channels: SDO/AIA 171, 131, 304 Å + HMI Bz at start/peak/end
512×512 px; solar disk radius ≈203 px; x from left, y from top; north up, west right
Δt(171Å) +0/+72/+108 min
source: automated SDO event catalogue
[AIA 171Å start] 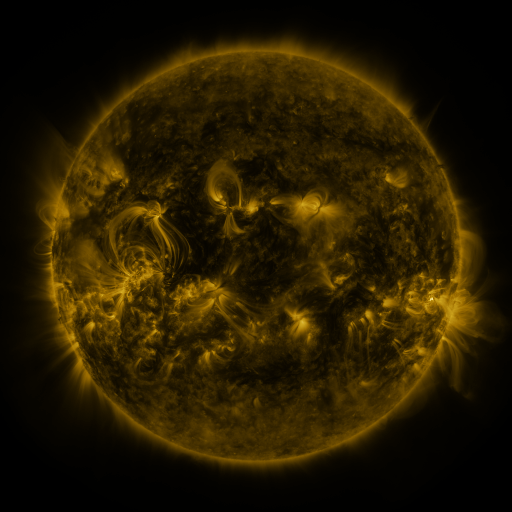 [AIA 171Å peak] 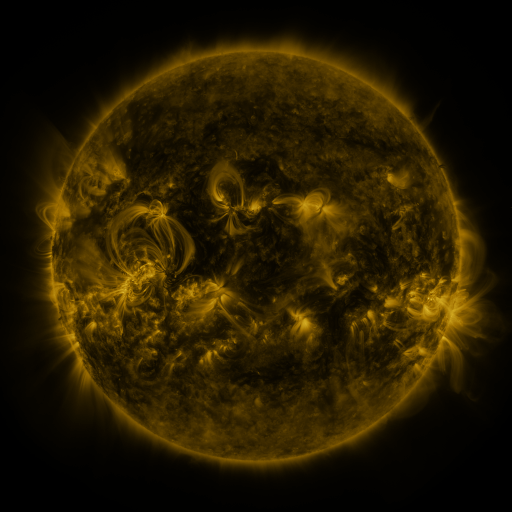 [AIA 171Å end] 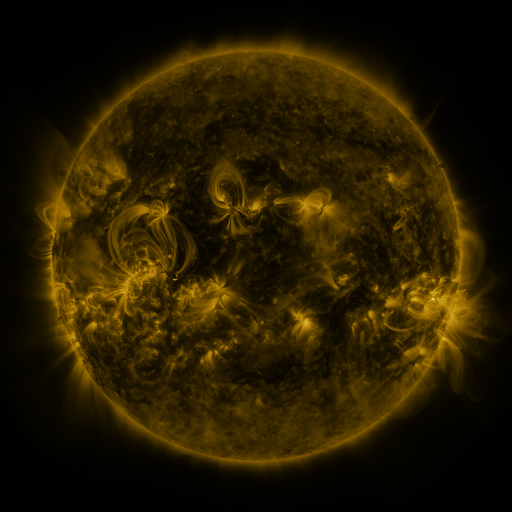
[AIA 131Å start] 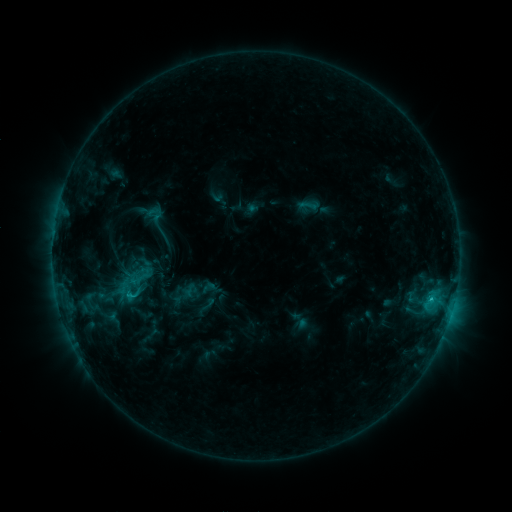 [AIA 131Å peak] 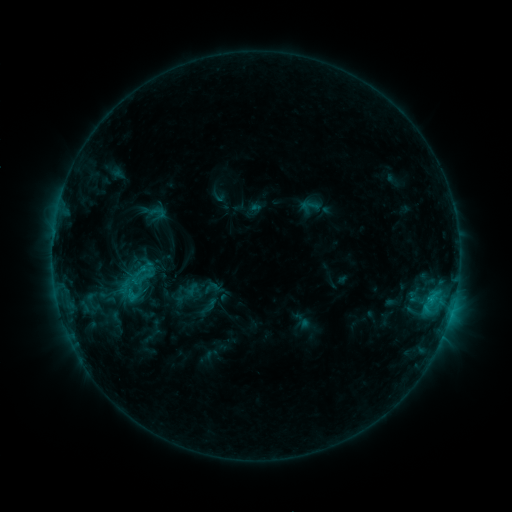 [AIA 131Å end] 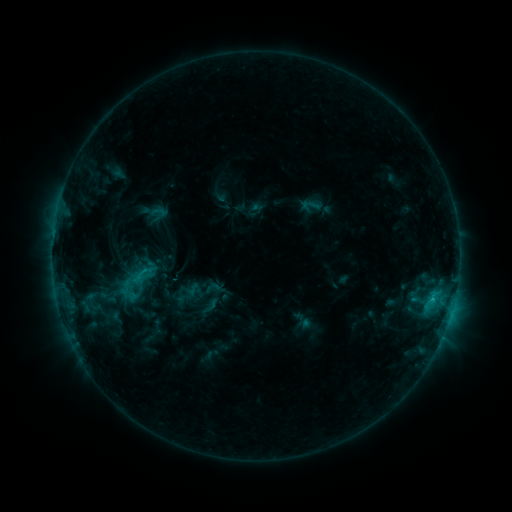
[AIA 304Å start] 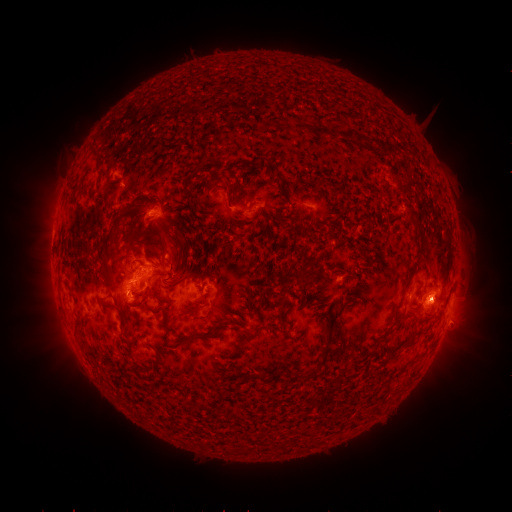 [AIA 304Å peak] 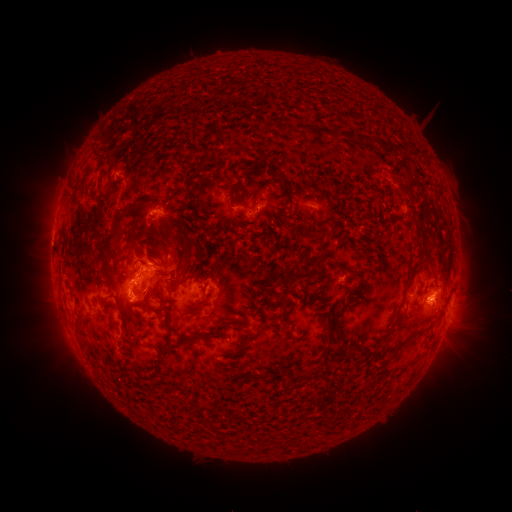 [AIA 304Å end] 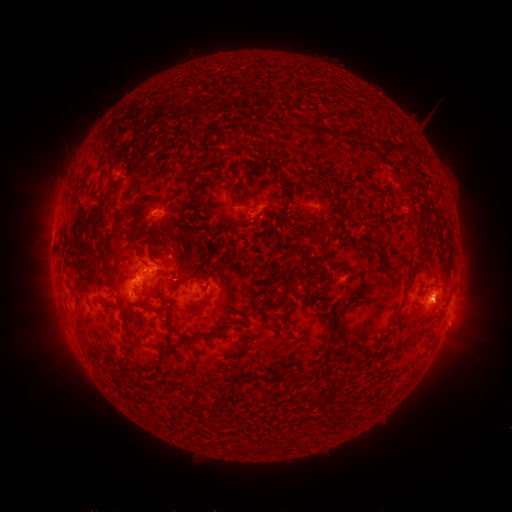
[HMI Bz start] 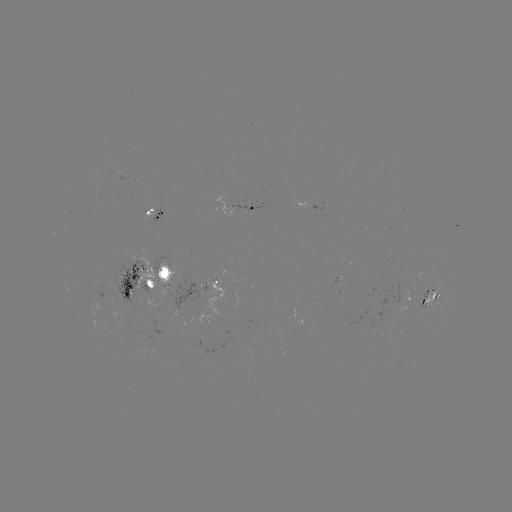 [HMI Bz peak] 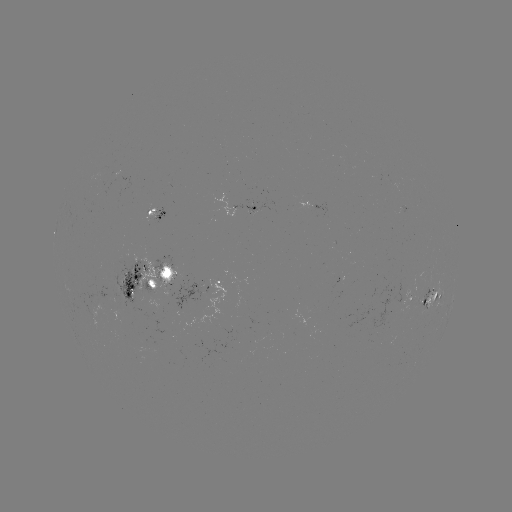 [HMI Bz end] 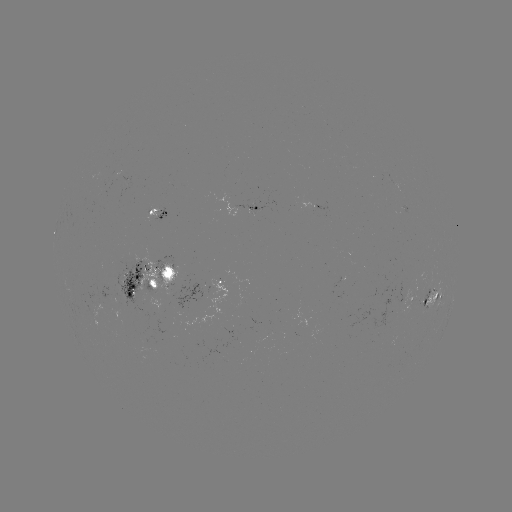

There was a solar emerging-flux region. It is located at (115, 178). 